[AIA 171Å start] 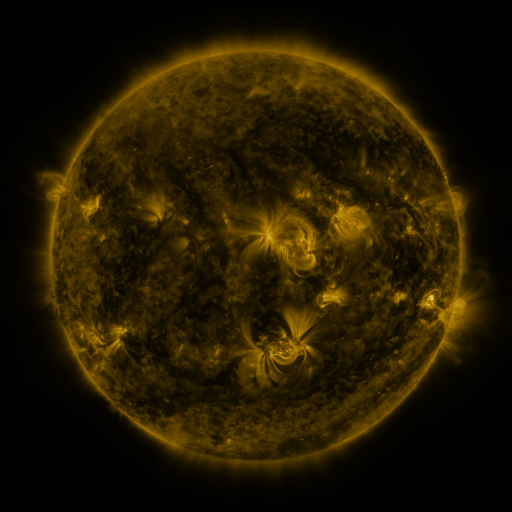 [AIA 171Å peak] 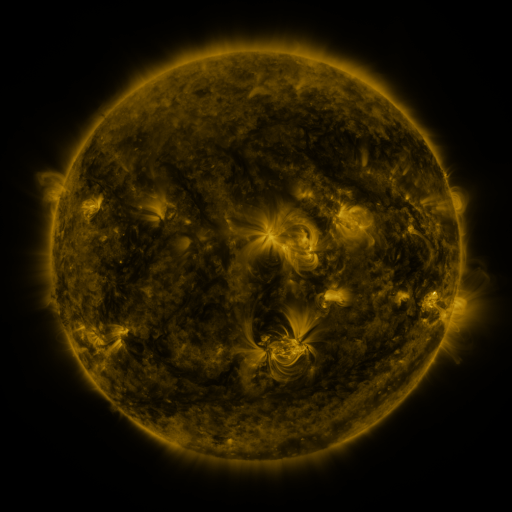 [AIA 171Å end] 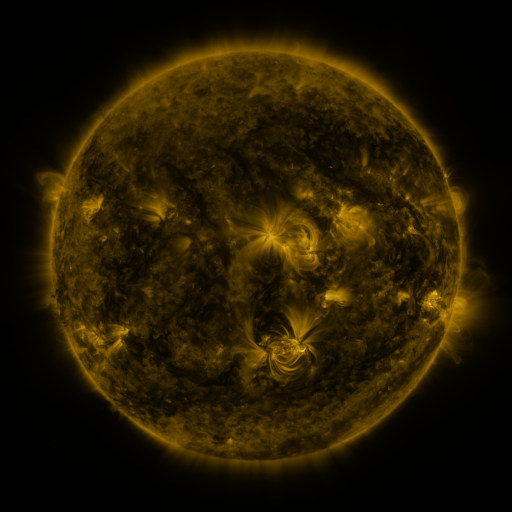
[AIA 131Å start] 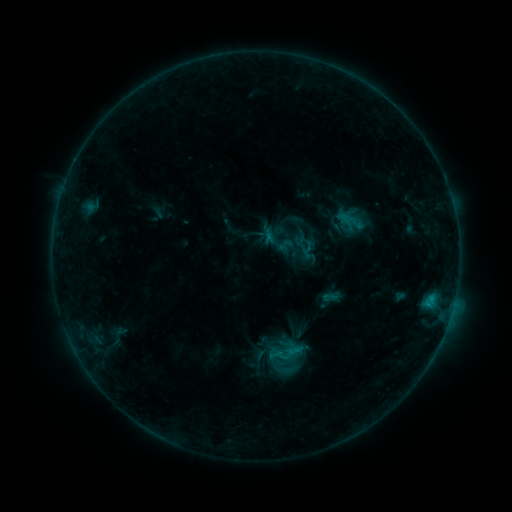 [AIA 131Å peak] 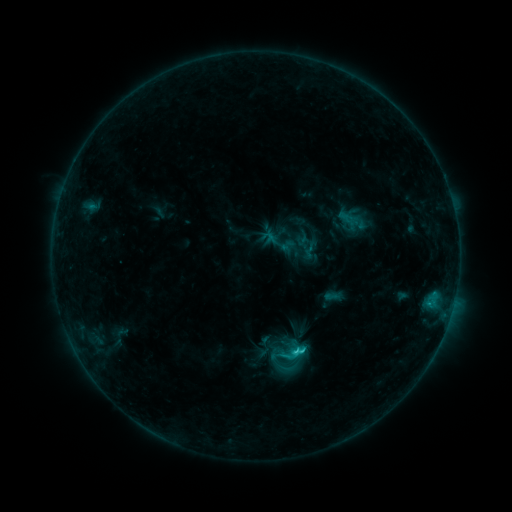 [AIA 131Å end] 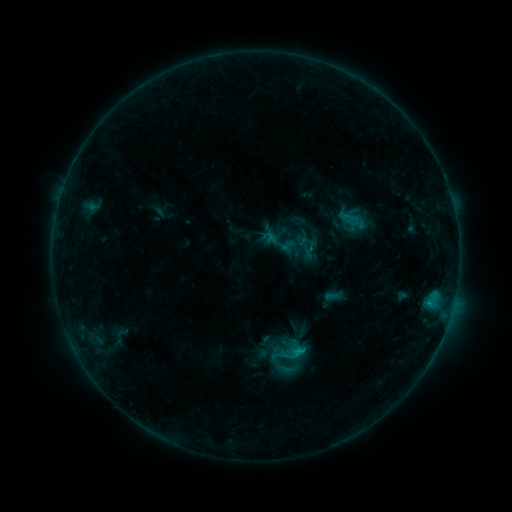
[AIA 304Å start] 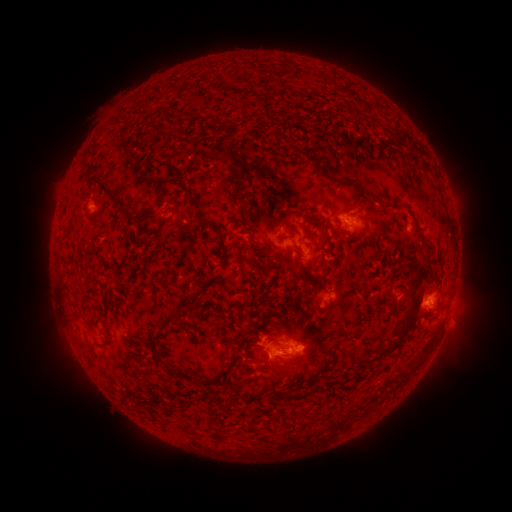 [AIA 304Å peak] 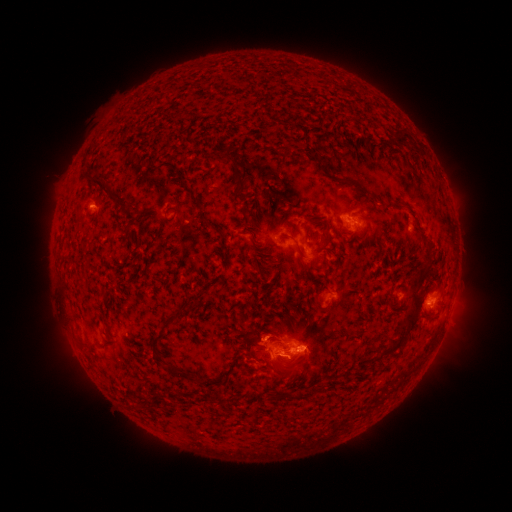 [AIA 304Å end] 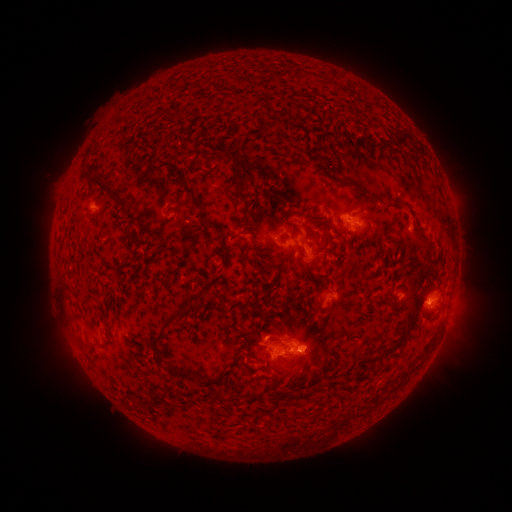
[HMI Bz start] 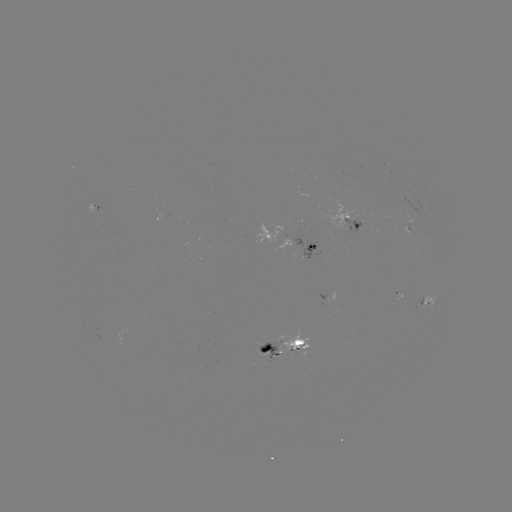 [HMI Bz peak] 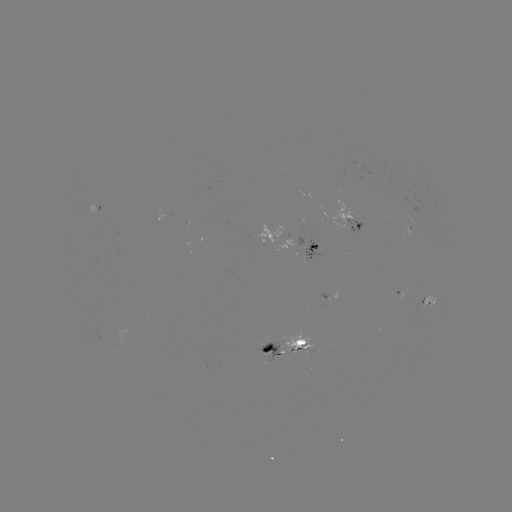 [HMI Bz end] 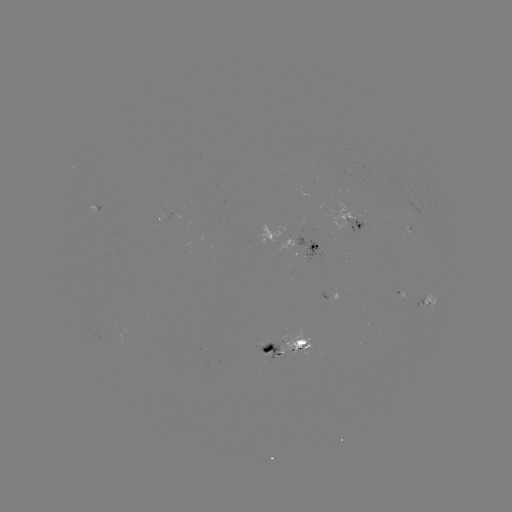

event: emerging-flux region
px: (413, 213)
